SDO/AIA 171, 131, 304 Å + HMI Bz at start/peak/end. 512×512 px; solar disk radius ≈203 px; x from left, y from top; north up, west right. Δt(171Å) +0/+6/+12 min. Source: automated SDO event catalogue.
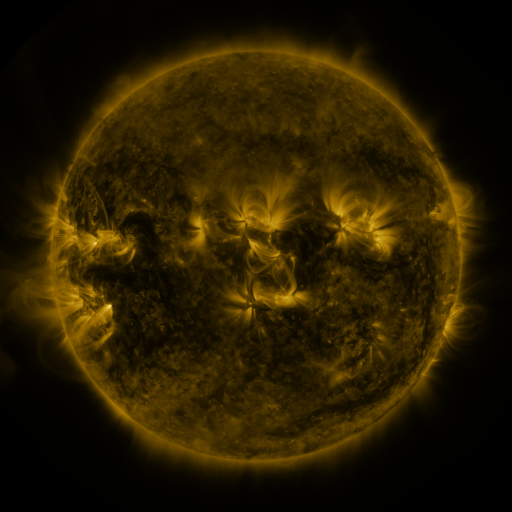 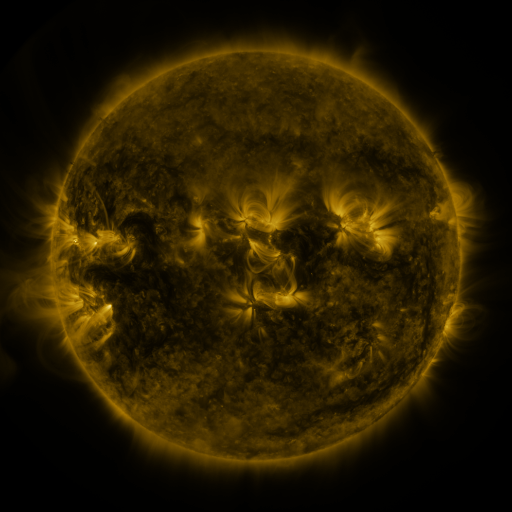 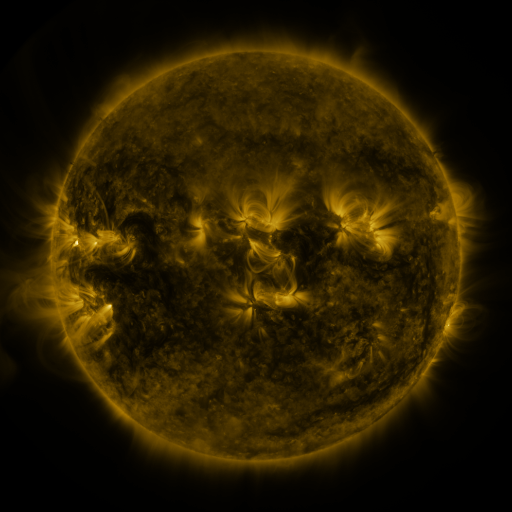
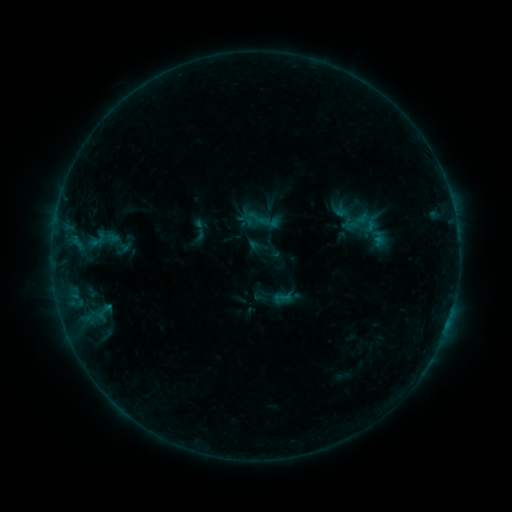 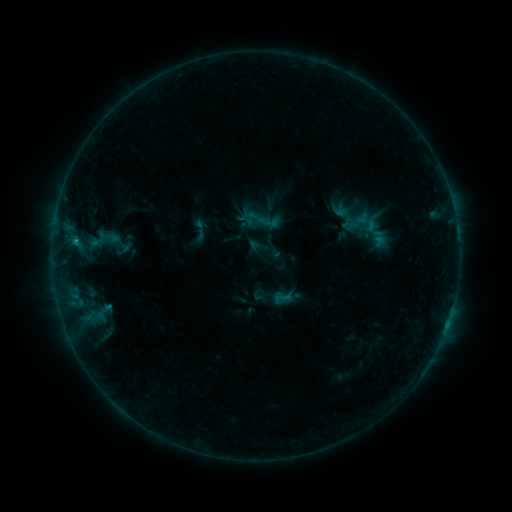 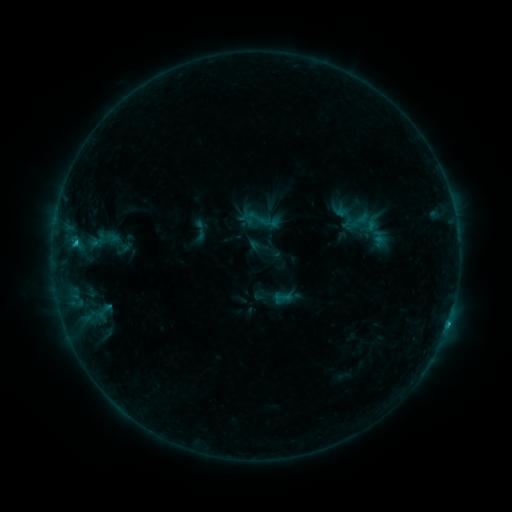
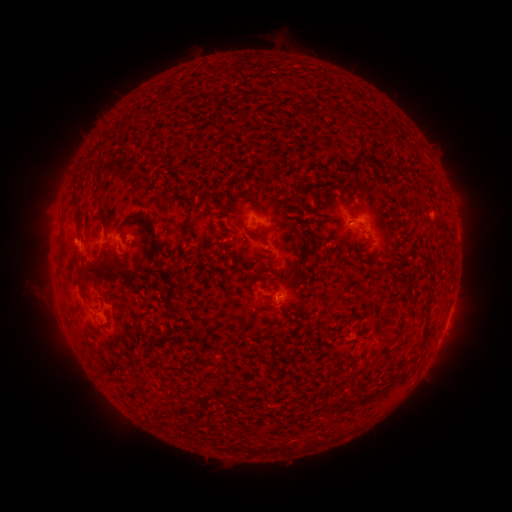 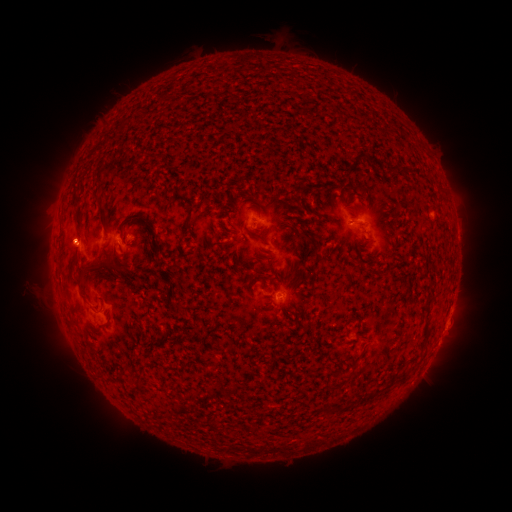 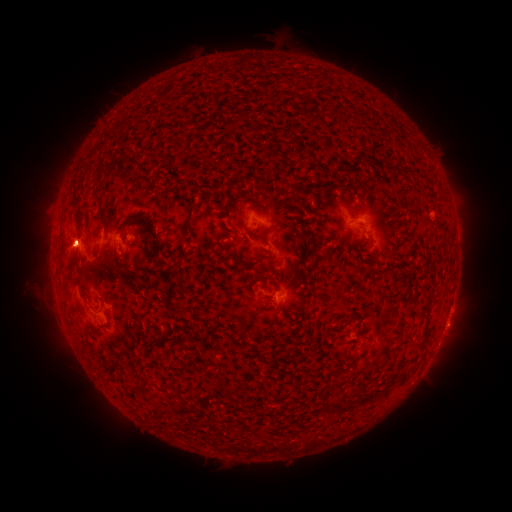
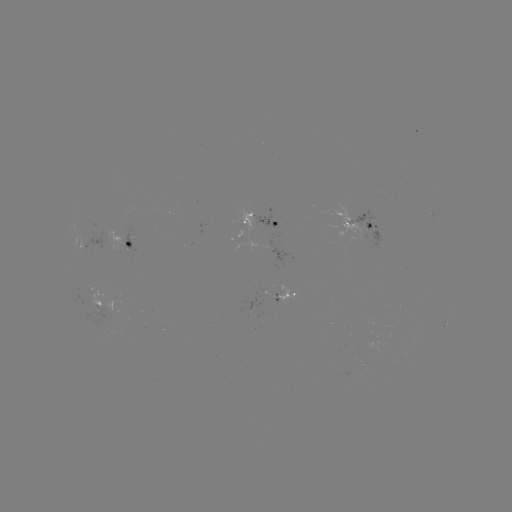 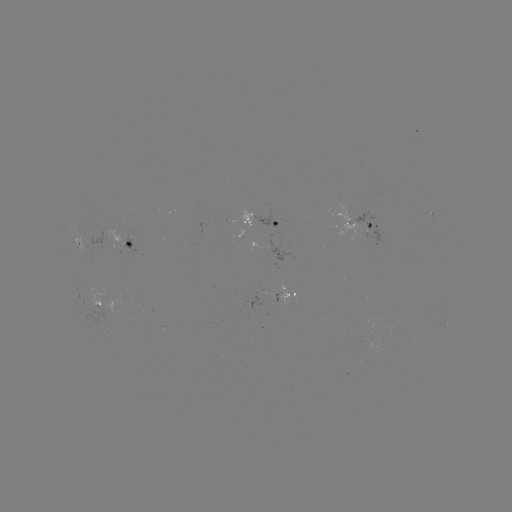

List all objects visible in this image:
eruption: (69, 246)
